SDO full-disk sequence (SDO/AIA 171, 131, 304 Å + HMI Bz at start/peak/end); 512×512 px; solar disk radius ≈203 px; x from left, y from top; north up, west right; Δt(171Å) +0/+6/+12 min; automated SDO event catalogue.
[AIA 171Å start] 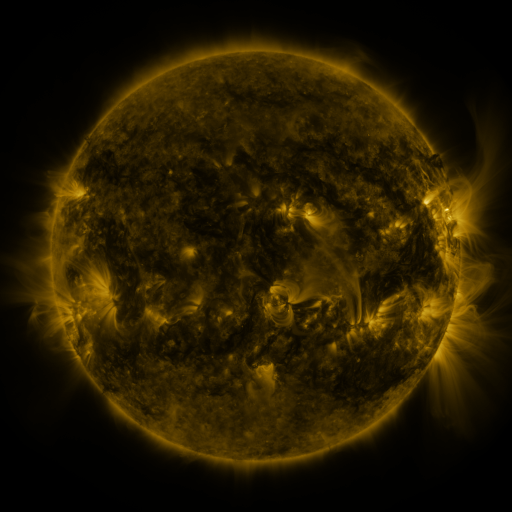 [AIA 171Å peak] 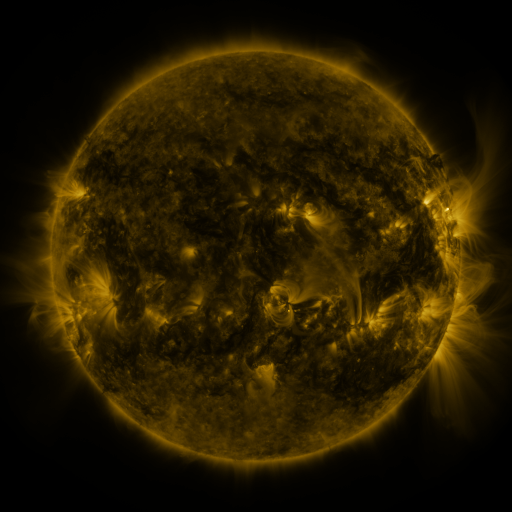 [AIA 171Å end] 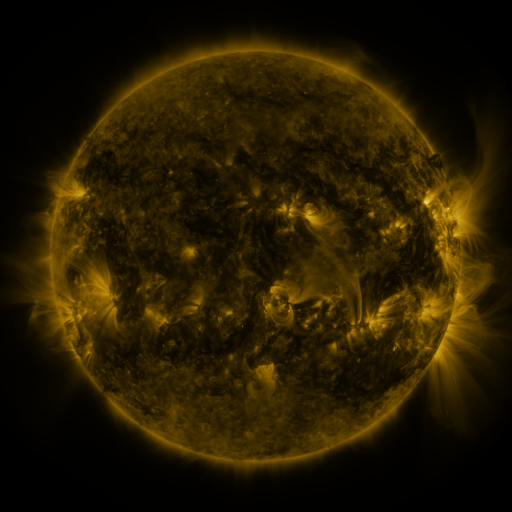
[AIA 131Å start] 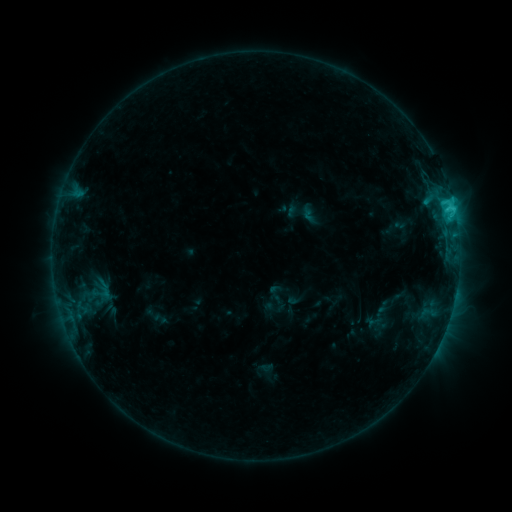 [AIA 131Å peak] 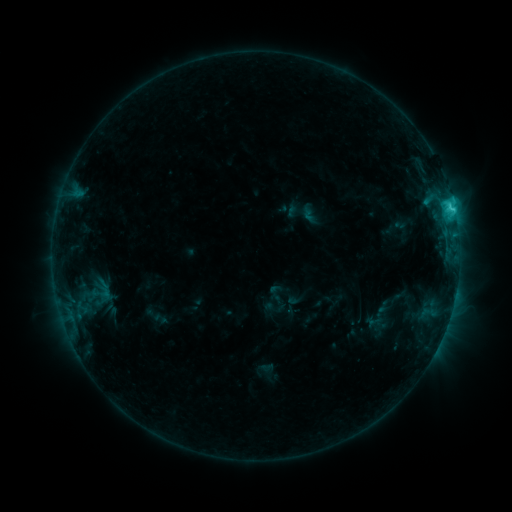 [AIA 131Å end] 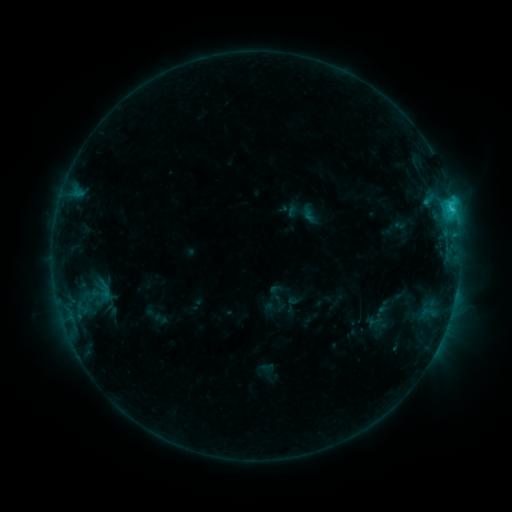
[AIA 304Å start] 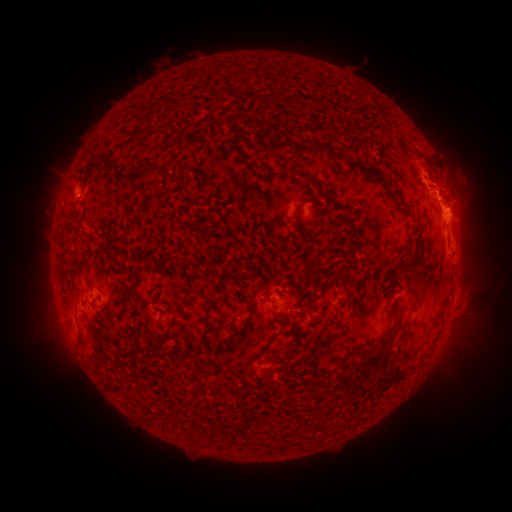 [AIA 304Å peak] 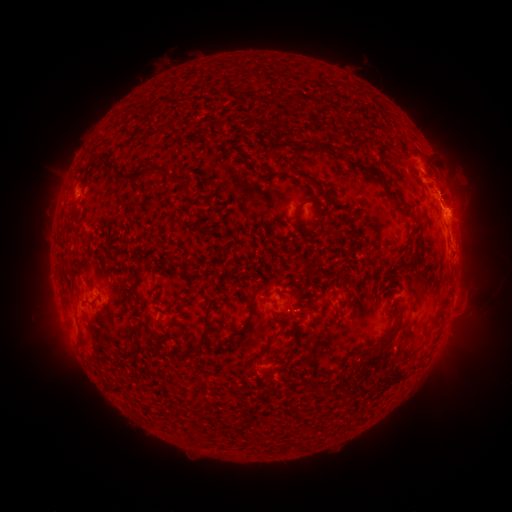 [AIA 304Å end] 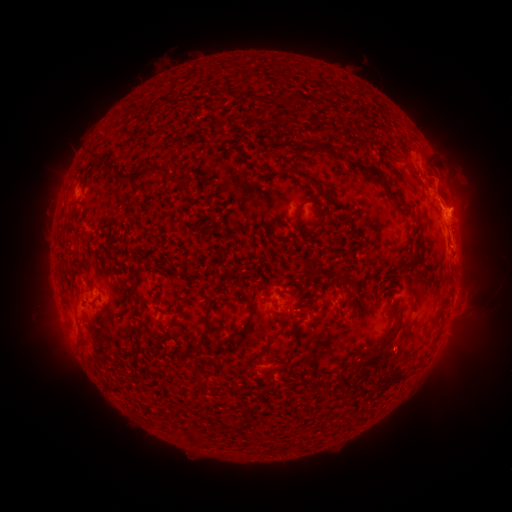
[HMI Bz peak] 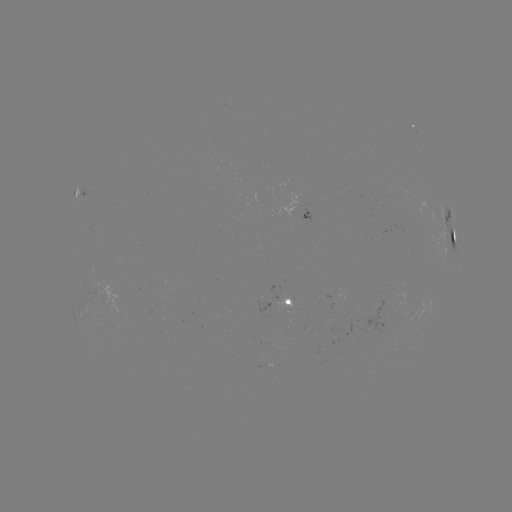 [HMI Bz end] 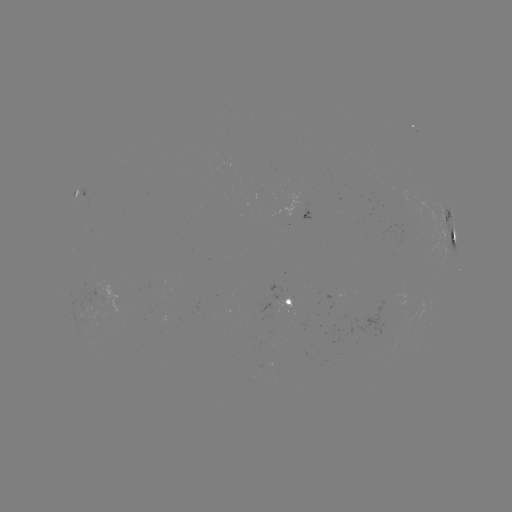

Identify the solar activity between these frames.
eruption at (389, 184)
